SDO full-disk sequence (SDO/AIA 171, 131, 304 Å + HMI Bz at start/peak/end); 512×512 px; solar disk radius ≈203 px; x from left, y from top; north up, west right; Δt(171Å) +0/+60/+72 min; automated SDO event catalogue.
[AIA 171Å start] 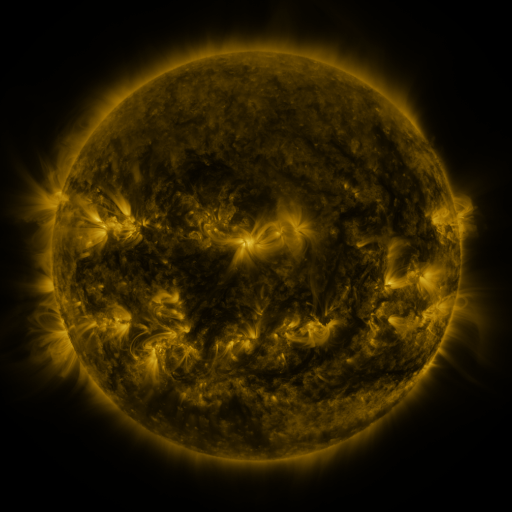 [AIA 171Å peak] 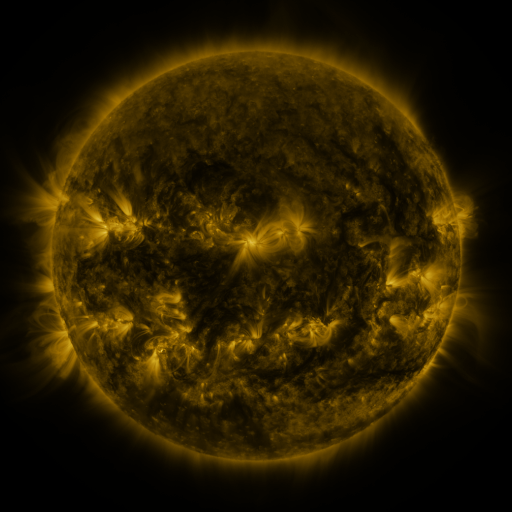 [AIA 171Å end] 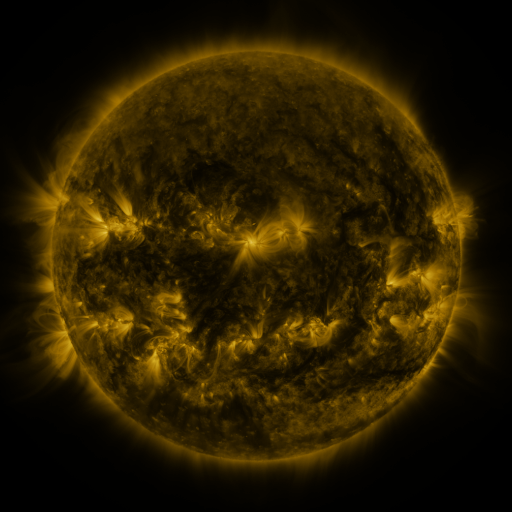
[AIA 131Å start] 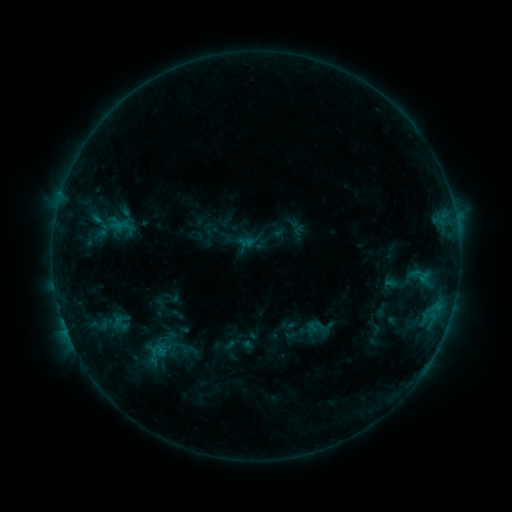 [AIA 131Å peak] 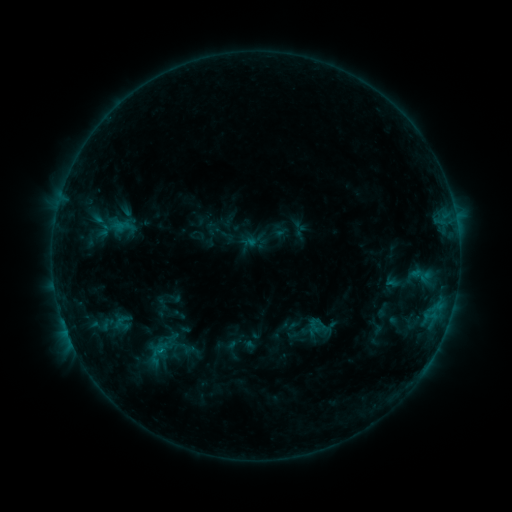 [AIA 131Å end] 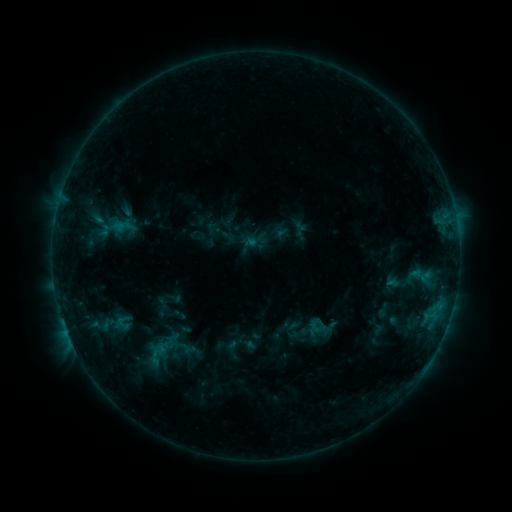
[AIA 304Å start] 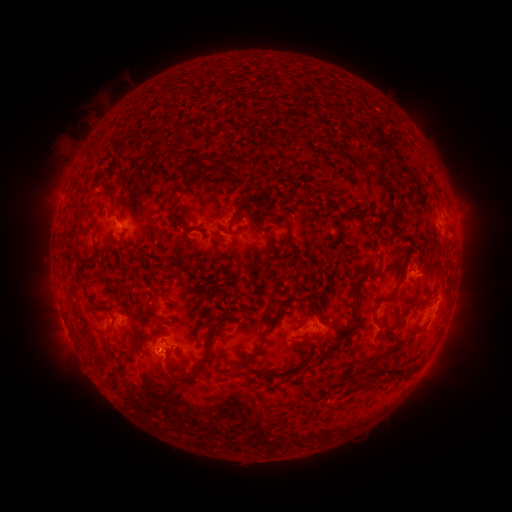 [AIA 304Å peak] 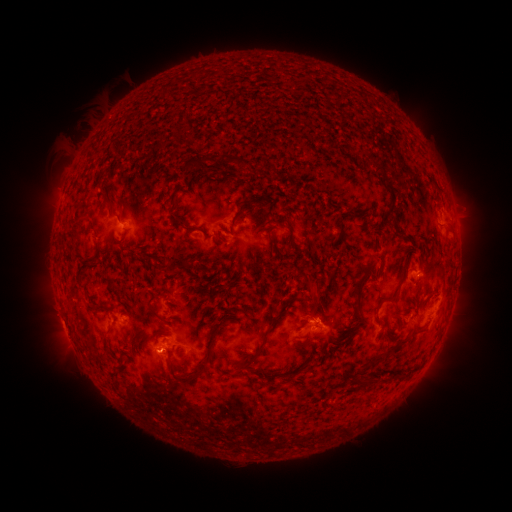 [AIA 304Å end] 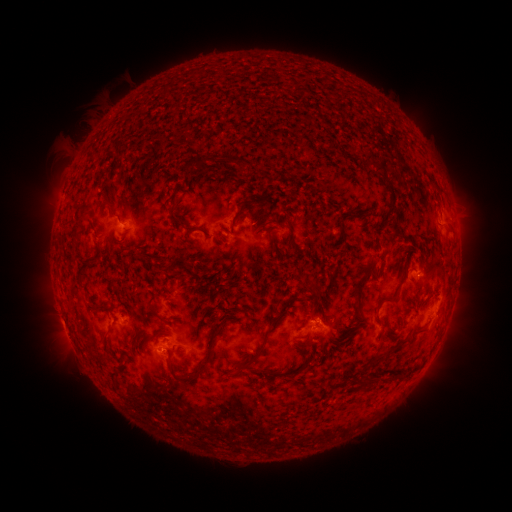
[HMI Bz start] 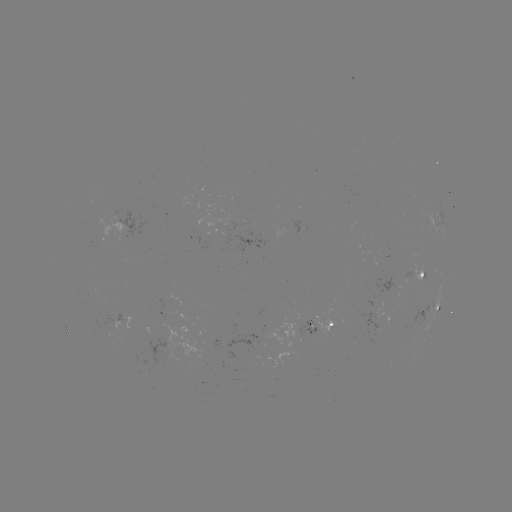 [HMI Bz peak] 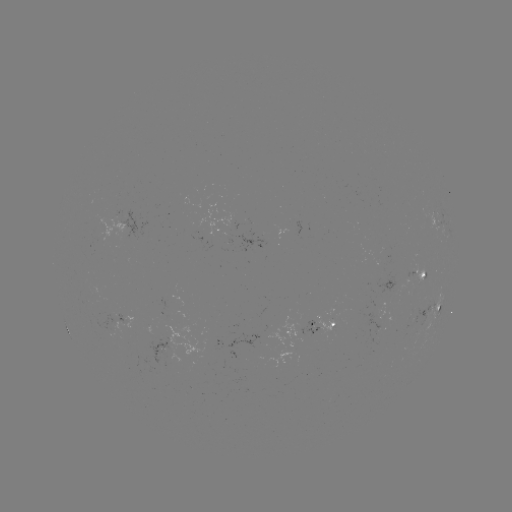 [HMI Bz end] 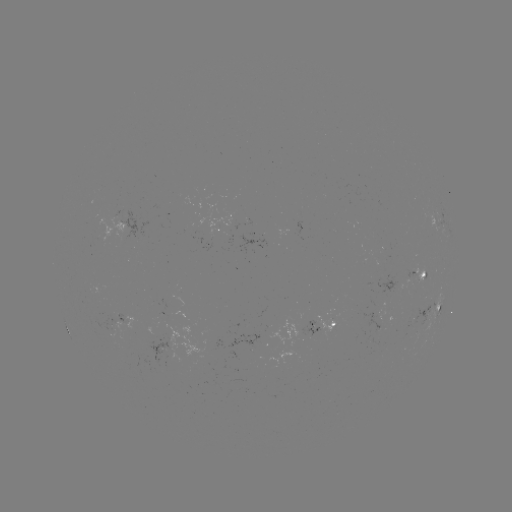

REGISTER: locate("emerging-flux region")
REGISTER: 375,326